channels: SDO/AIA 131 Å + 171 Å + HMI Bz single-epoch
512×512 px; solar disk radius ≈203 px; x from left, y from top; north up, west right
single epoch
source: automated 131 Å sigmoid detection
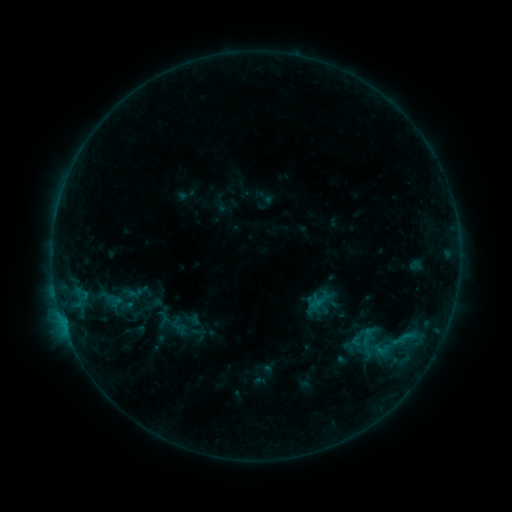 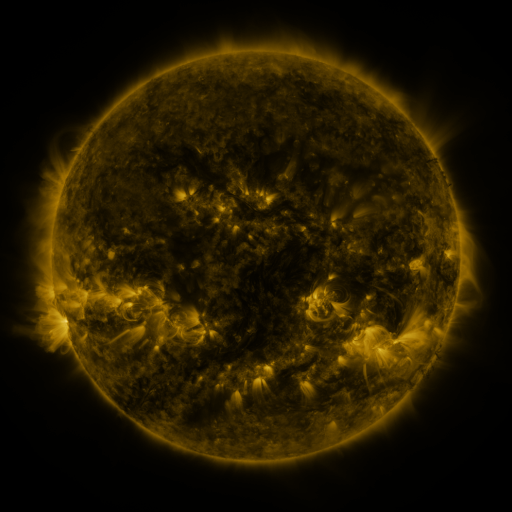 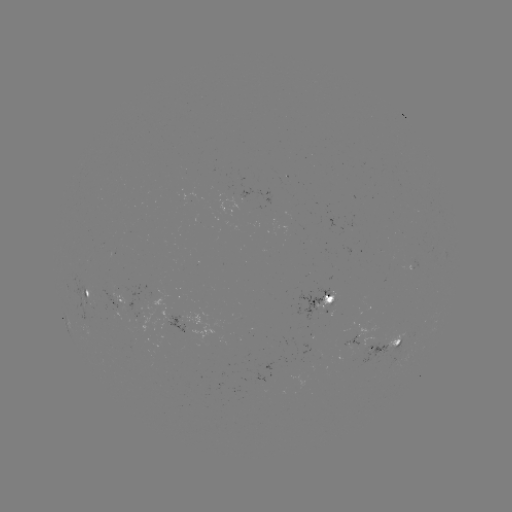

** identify sigmoid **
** (381, 349) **